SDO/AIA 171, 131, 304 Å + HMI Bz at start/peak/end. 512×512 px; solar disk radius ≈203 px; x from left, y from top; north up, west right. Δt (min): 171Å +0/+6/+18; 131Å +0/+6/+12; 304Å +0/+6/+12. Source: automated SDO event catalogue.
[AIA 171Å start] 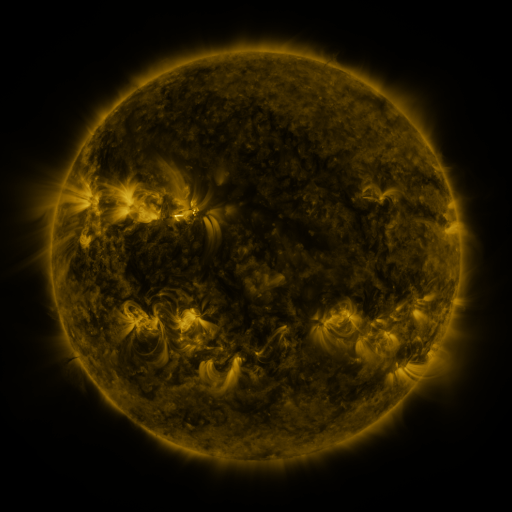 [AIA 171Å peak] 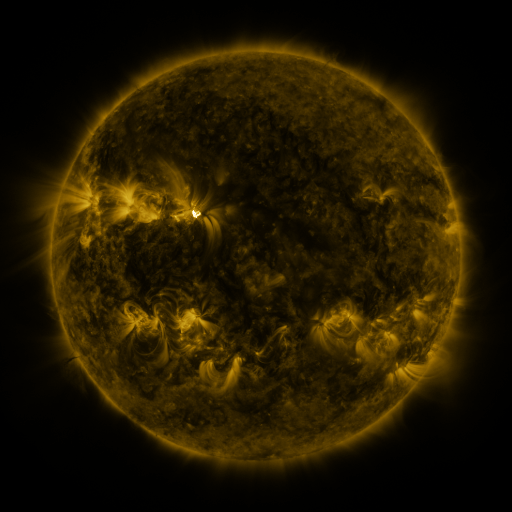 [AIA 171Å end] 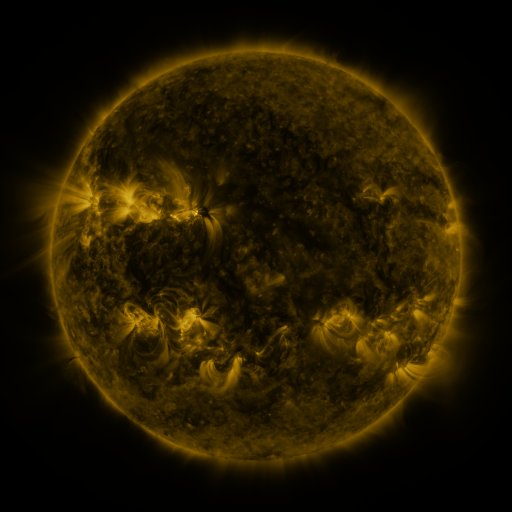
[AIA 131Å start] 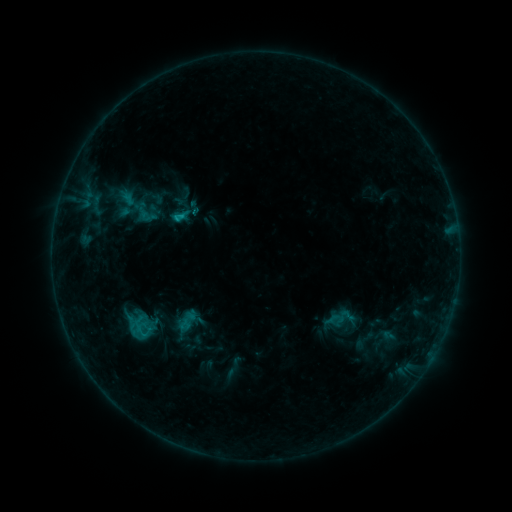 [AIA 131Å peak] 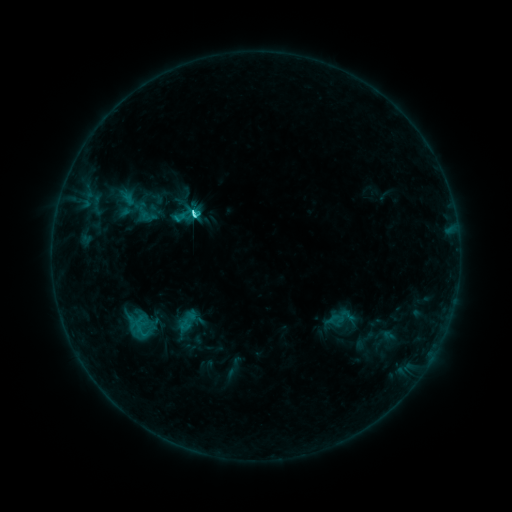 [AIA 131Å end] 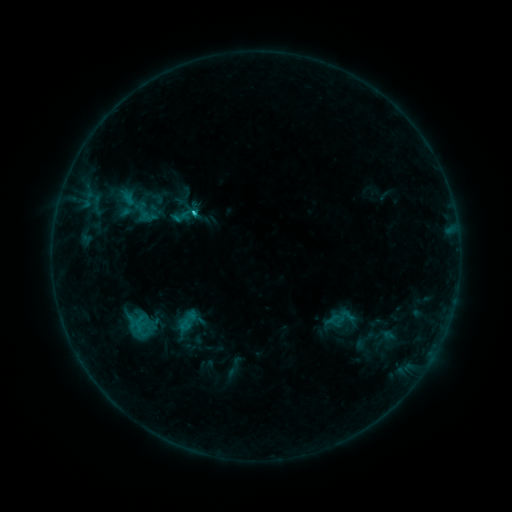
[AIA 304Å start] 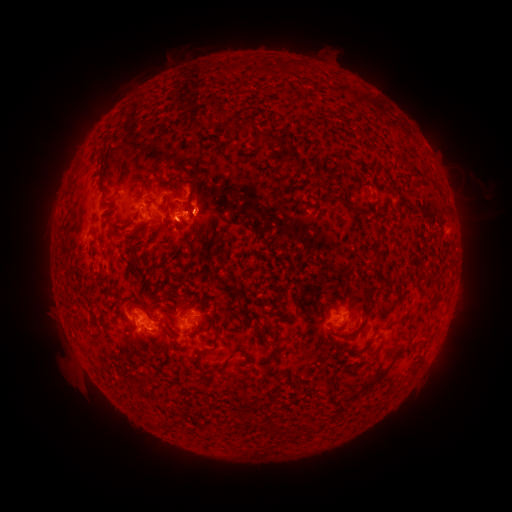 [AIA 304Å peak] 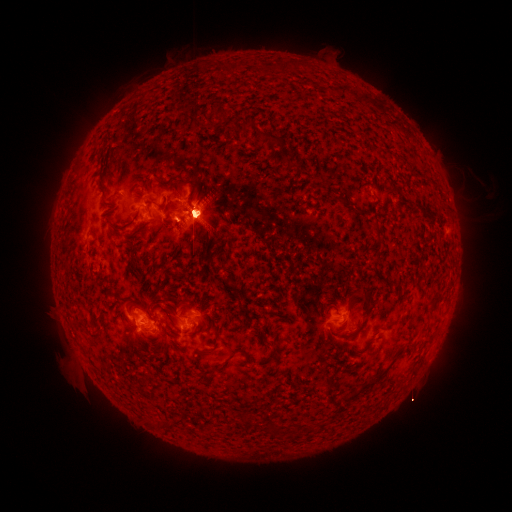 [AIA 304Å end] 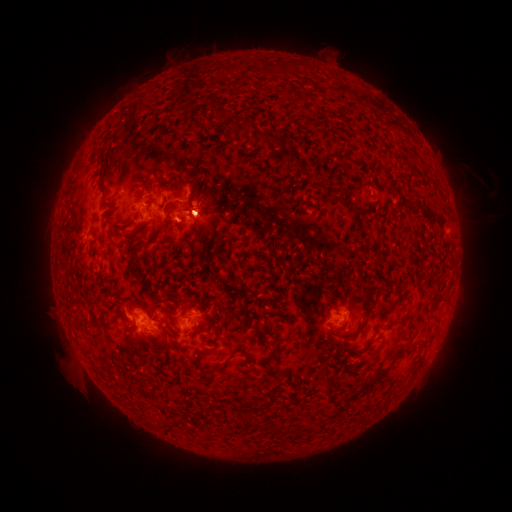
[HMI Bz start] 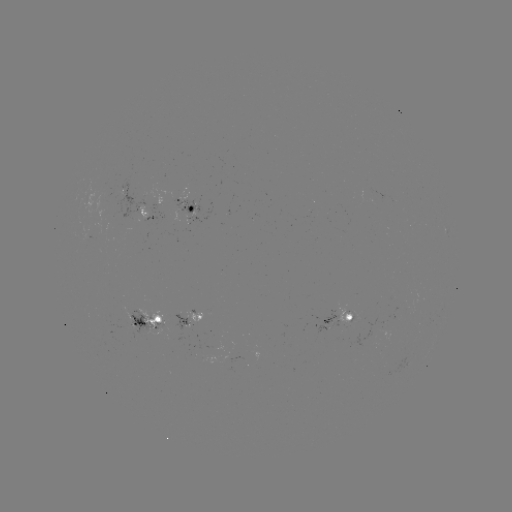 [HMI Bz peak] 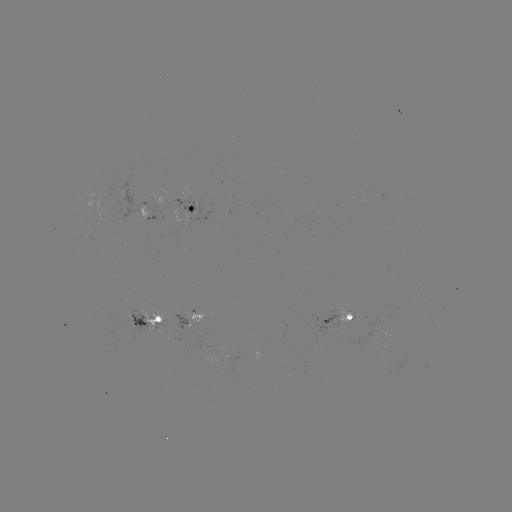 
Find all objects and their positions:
M1.6 flare: (194, 216)
